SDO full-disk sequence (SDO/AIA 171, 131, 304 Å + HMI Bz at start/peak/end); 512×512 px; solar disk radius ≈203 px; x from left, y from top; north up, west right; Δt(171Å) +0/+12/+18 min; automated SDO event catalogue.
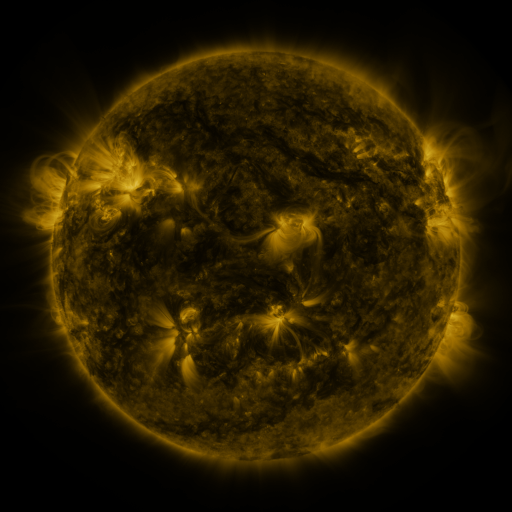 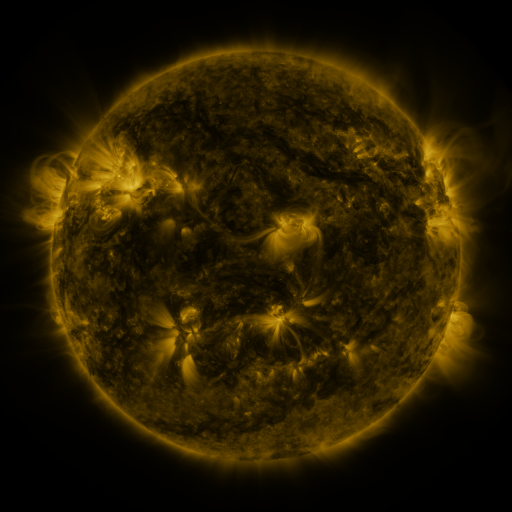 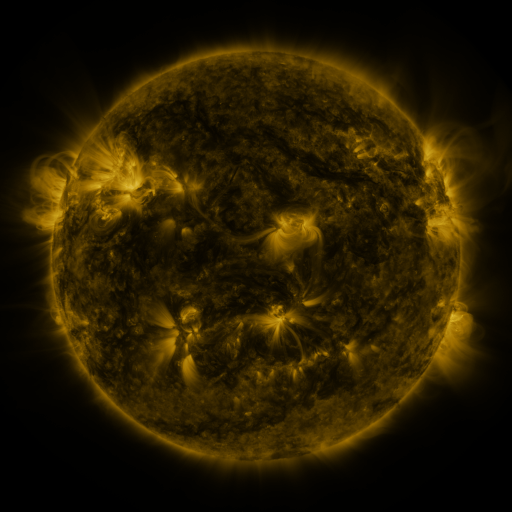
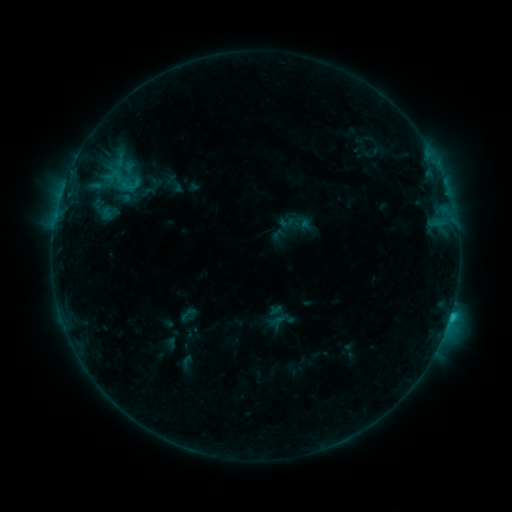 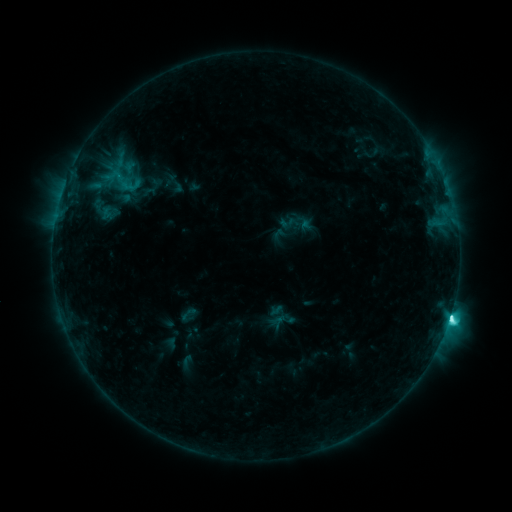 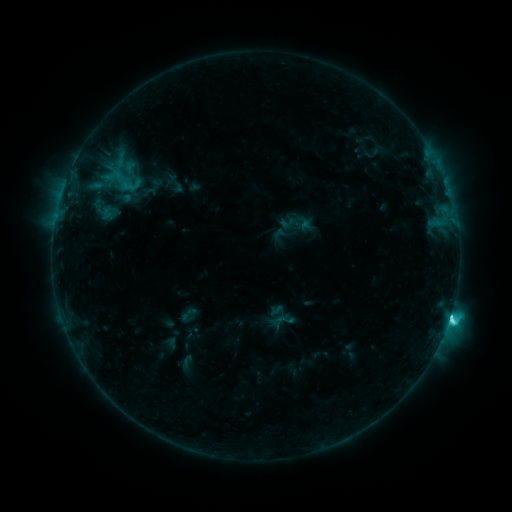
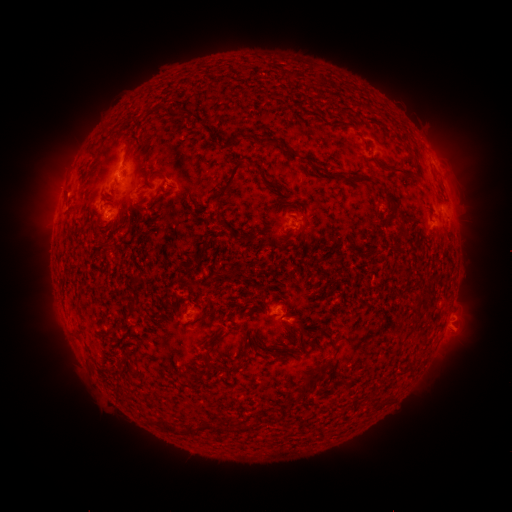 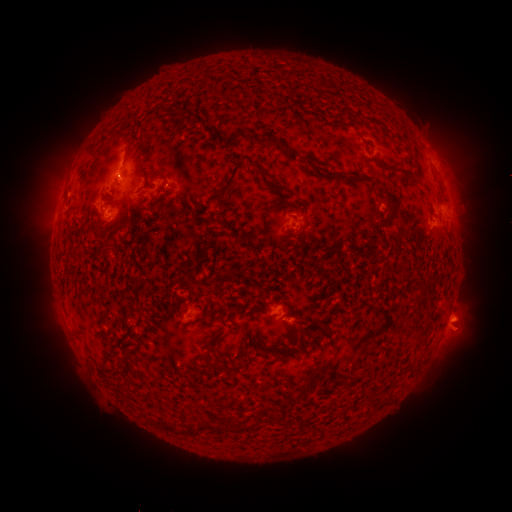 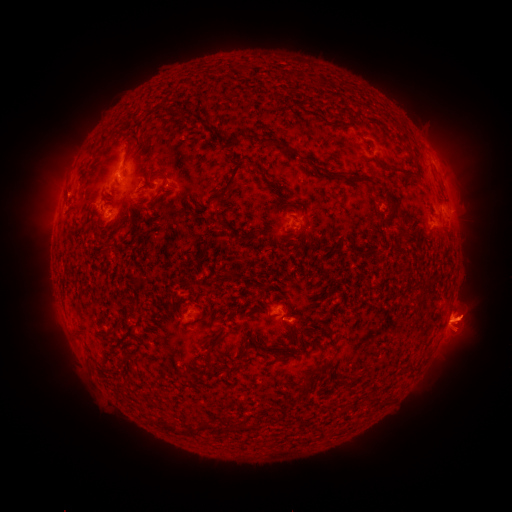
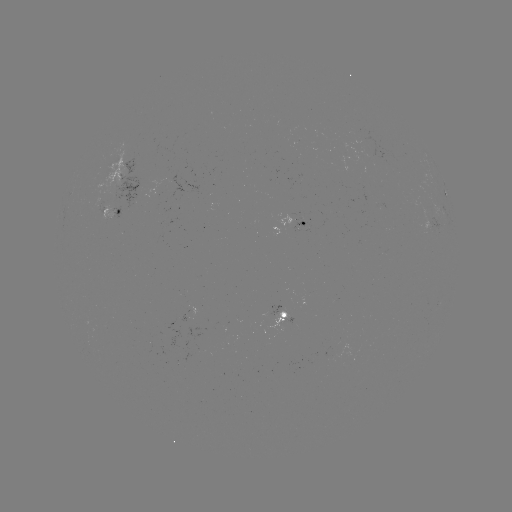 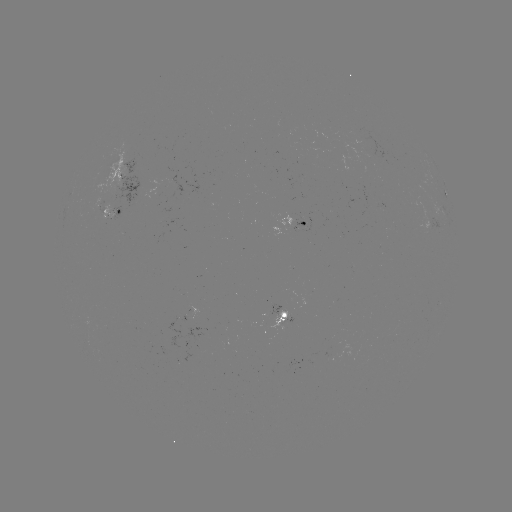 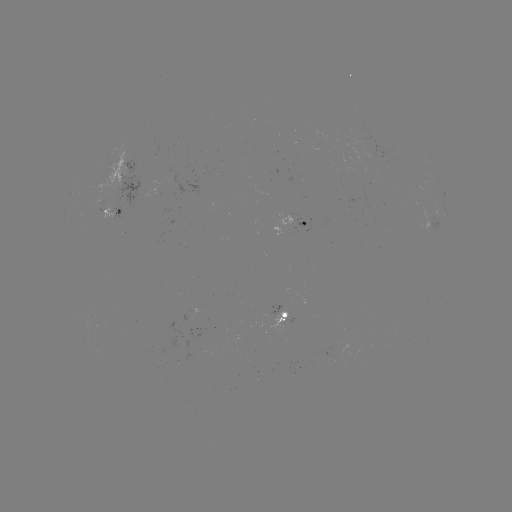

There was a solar flare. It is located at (450, 315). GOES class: C7.0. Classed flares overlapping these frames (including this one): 1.